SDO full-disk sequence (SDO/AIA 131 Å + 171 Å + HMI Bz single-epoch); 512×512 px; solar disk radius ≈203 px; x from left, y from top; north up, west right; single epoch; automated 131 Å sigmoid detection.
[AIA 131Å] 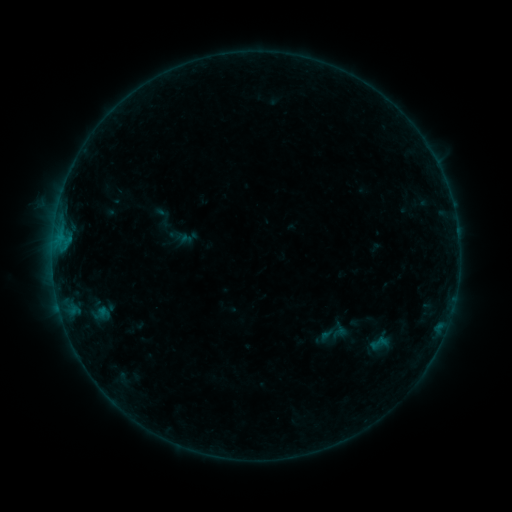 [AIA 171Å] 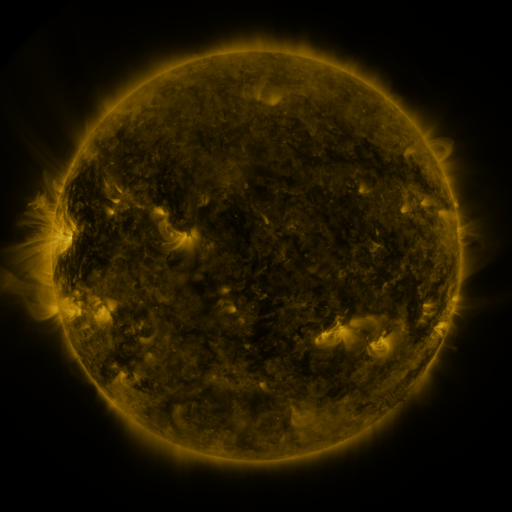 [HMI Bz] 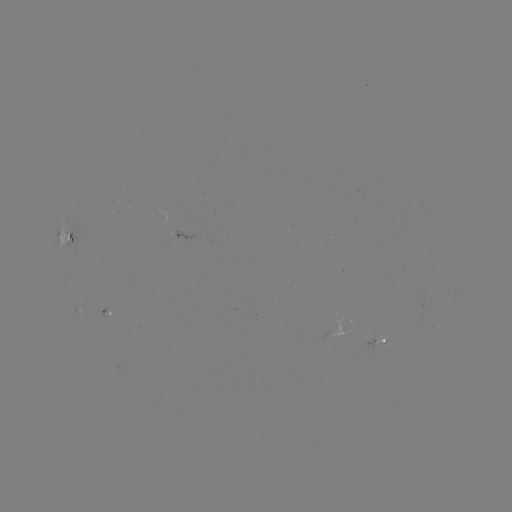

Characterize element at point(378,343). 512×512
sigmoid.